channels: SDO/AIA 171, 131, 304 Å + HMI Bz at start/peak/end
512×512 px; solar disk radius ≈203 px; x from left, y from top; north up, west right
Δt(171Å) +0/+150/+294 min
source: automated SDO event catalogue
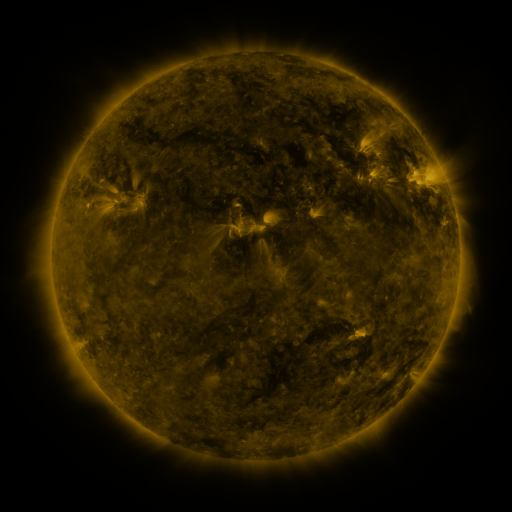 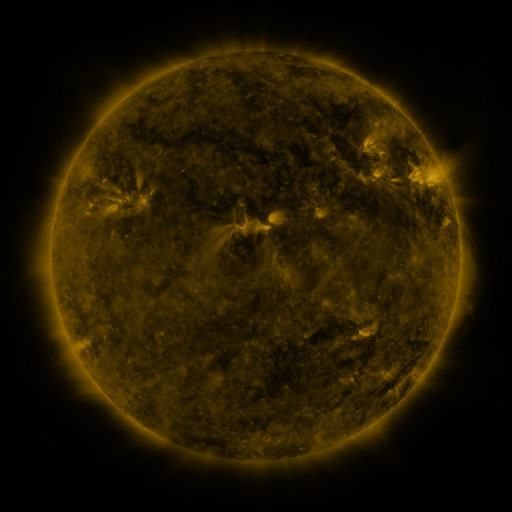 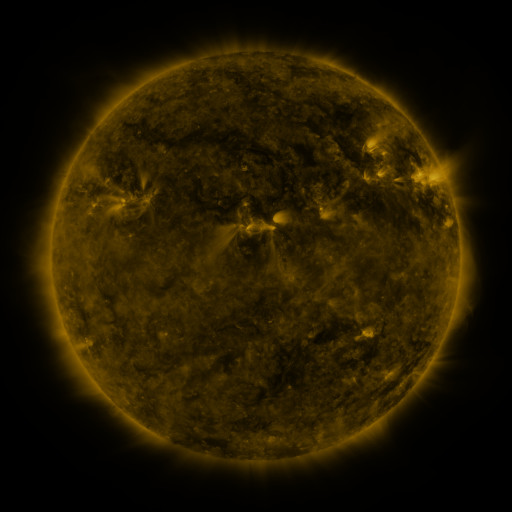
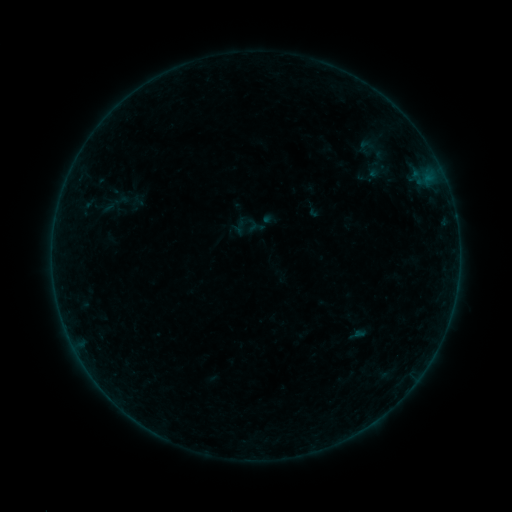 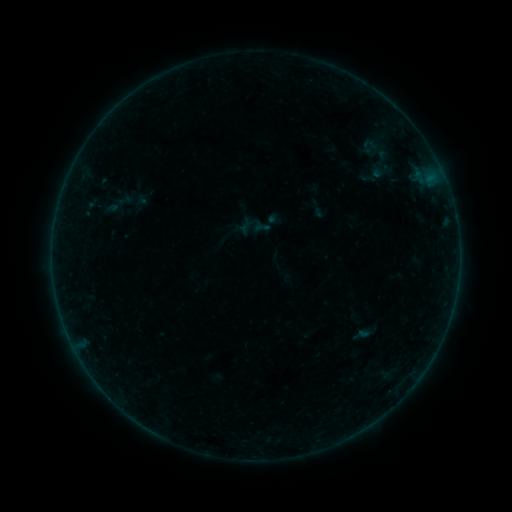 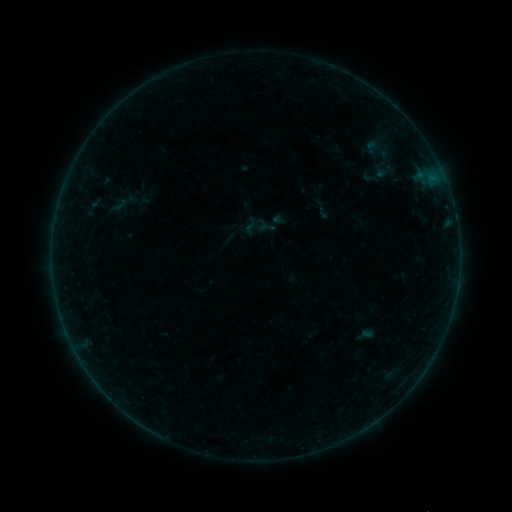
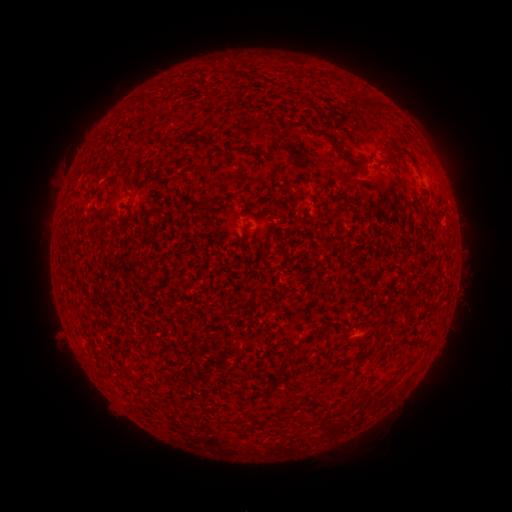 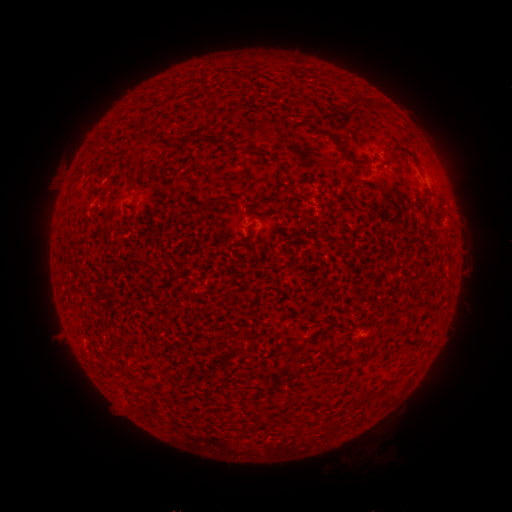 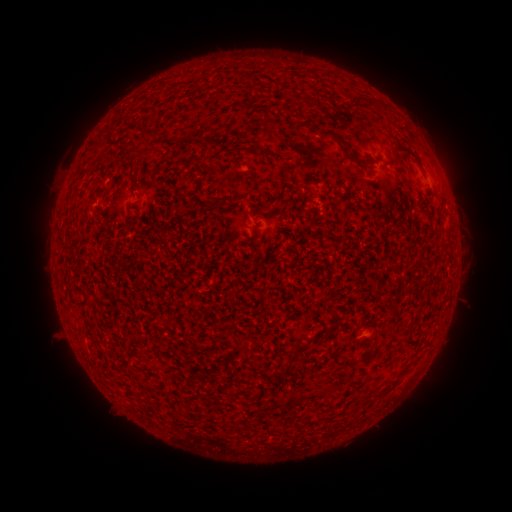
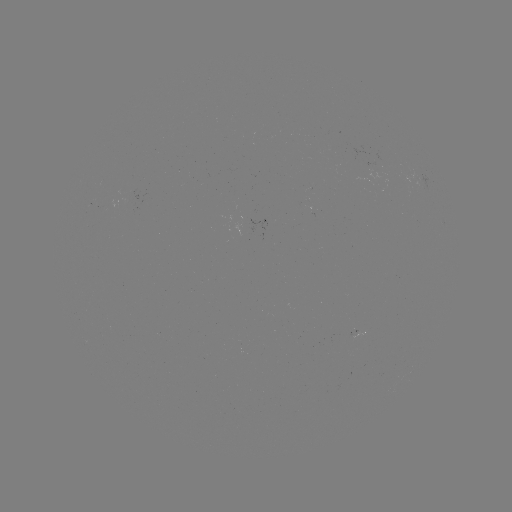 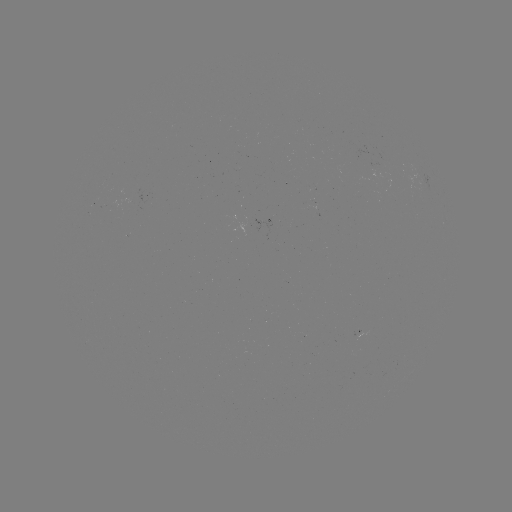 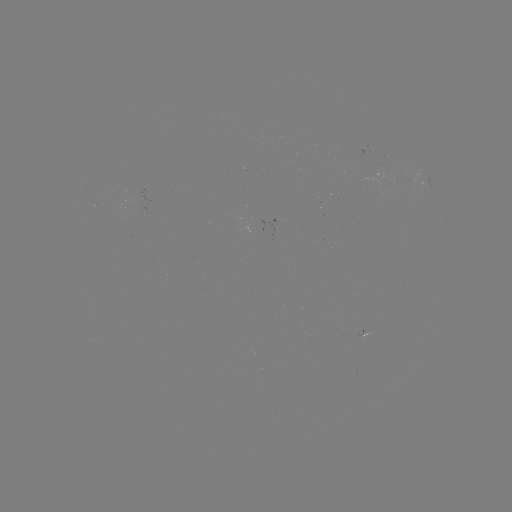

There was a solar filament eruption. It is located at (385, 449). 